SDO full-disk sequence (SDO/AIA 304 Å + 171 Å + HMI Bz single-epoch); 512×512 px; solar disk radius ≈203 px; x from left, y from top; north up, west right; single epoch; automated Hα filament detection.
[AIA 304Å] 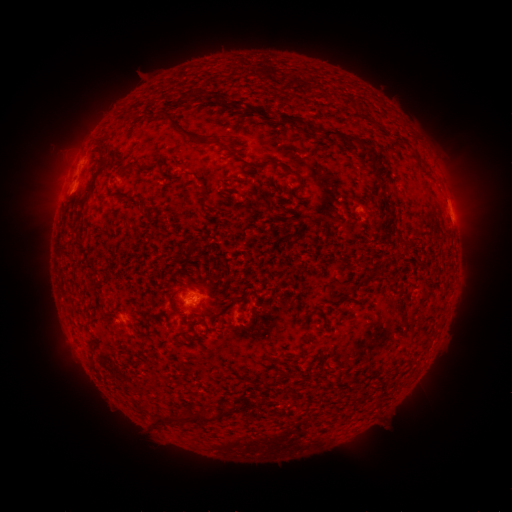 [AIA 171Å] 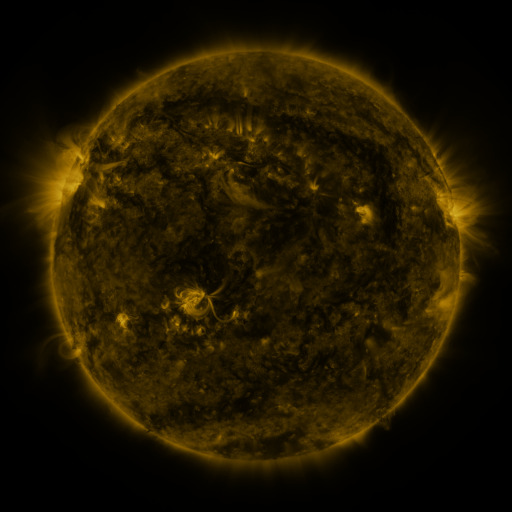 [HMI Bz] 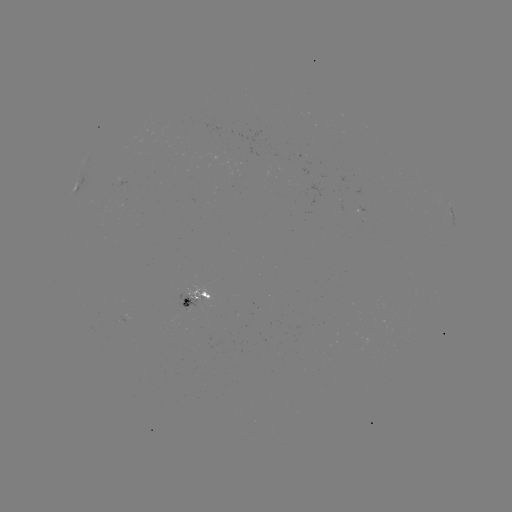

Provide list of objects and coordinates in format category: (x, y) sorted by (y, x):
filament: (188, 94)
filament: (295, 118)
filament: (188, 133)
filament: (330, 134)
filament: (125, 166)
filament: (291, 172)
filament: (202, 418)
